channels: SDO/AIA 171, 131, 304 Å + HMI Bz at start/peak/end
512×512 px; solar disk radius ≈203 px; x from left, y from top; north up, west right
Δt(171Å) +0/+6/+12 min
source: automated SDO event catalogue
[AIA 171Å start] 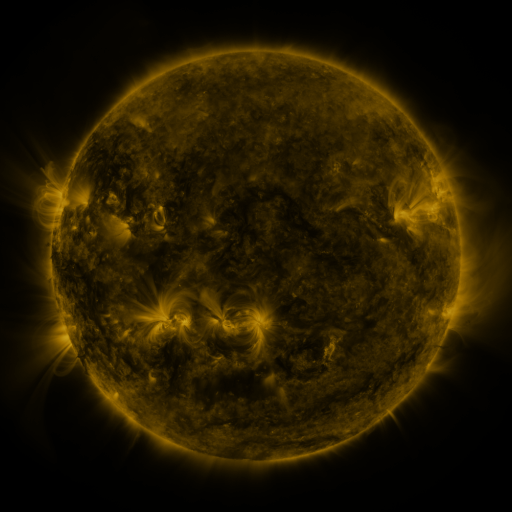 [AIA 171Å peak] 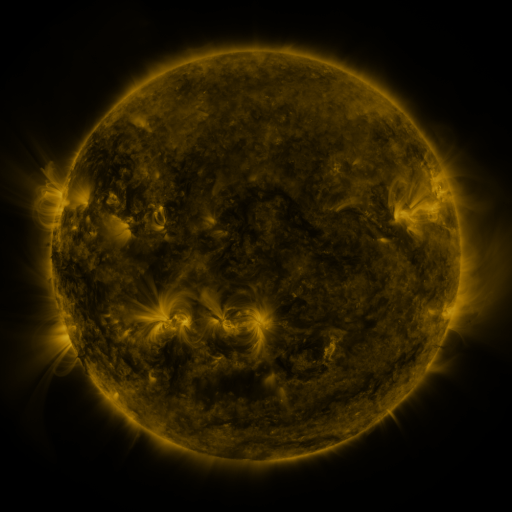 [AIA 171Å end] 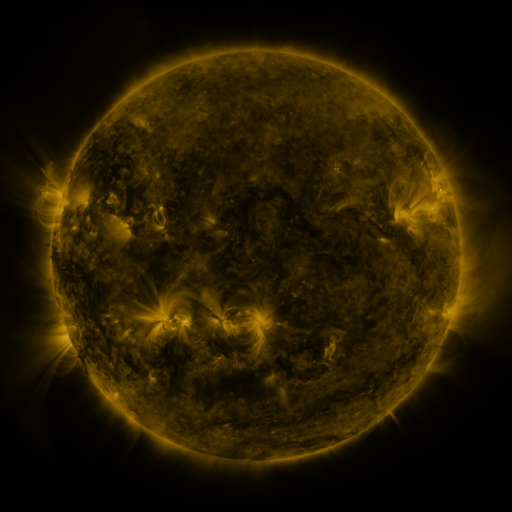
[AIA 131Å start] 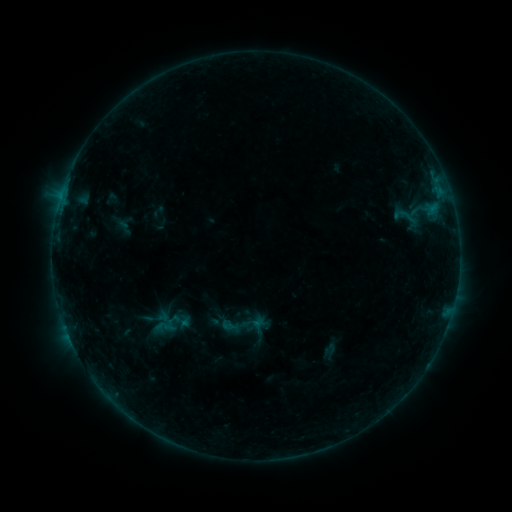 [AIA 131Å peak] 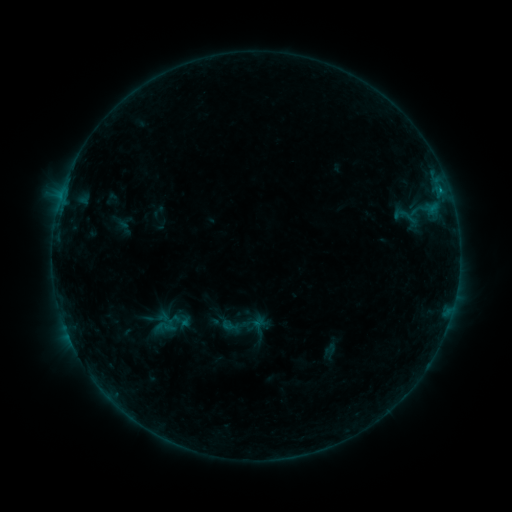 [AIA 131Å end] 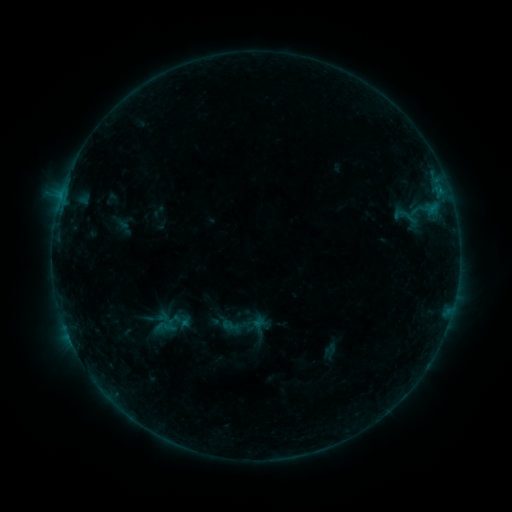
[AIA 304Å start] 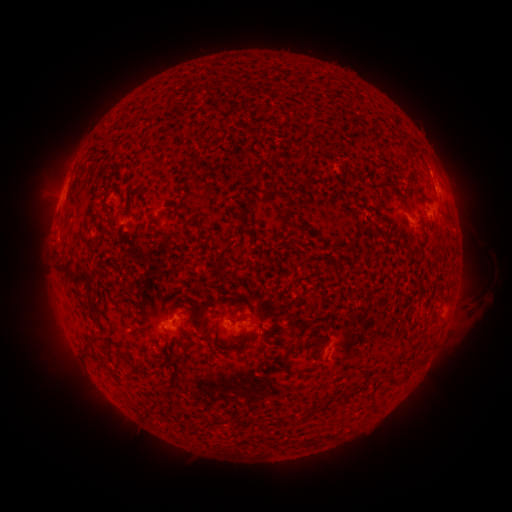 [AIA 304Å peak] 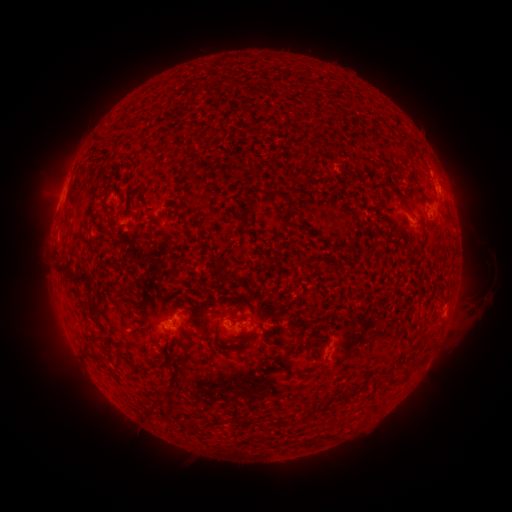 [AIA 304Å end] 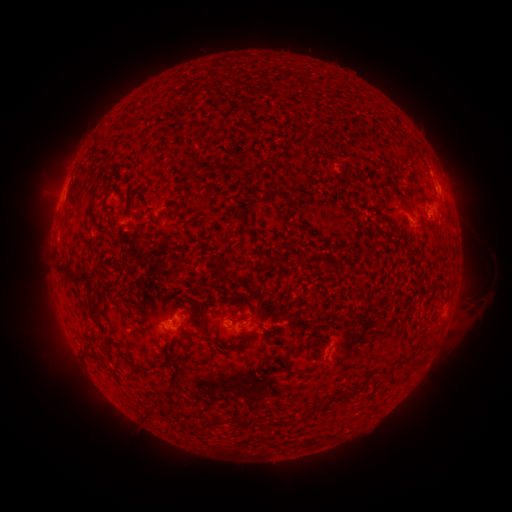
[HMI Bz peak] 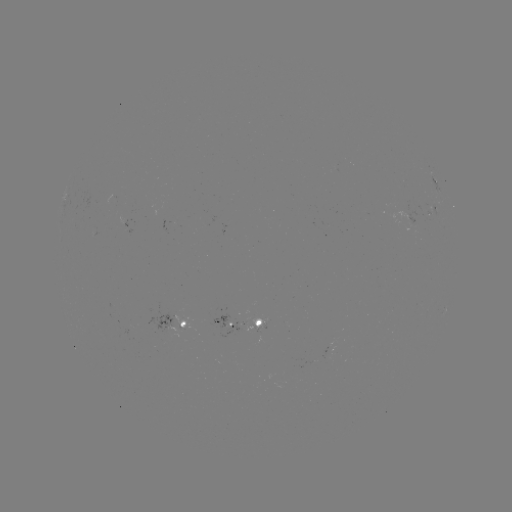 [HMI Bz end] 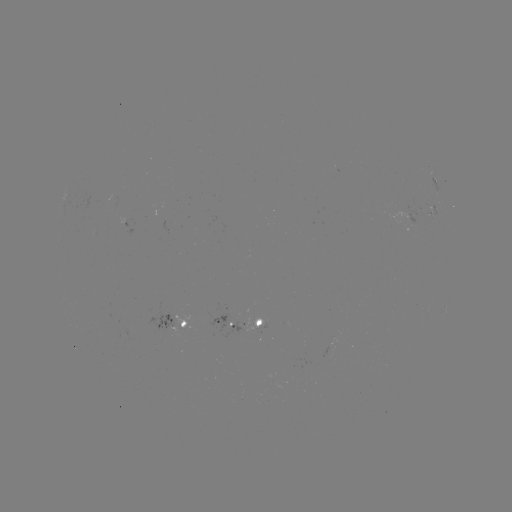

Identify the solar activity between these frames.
B2.9 flare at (440, 193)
